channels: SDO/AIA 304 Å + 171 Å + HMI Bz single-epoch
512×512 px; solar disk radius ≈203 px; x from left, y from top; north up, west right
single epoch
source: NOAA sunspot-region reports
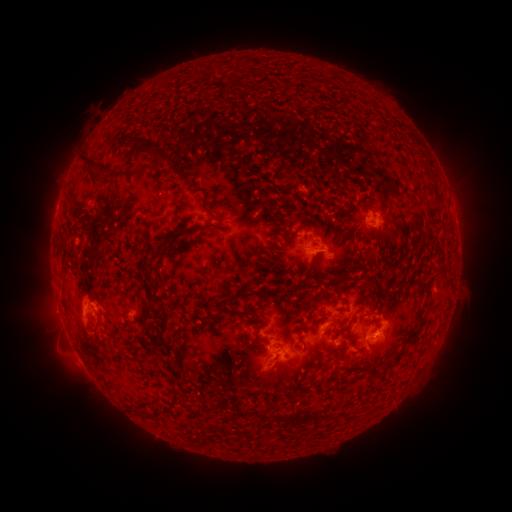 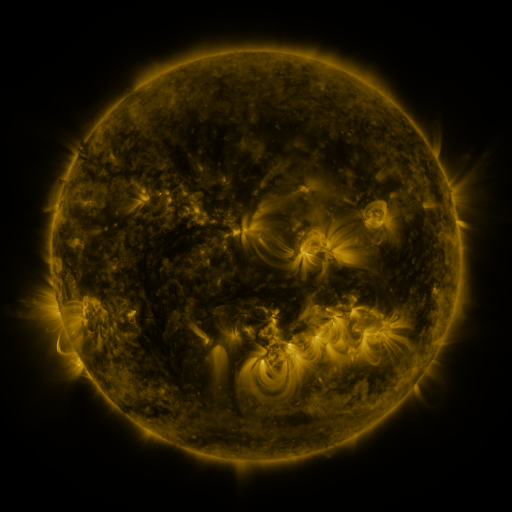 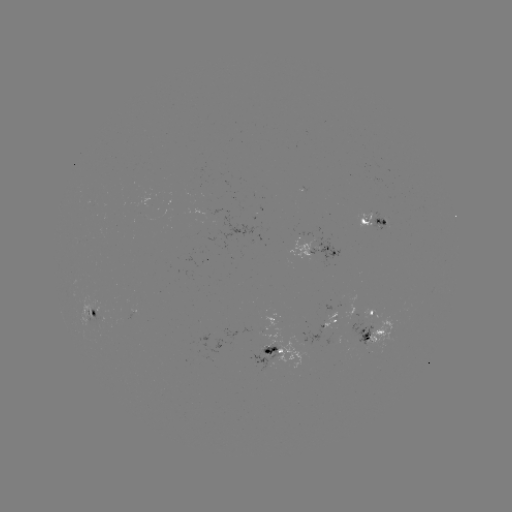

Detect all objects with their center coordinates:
spotted active region: (373, 222)
spotted active region: (329, 251)
spotted active region: (372, 310)
spotted active region: (92, 312)
spotted active region: (332, 321)
spotted active region: (372, 337)
spotted active region: (275, 351)
